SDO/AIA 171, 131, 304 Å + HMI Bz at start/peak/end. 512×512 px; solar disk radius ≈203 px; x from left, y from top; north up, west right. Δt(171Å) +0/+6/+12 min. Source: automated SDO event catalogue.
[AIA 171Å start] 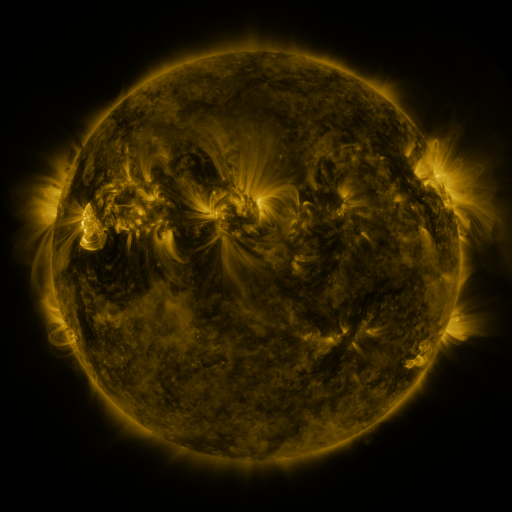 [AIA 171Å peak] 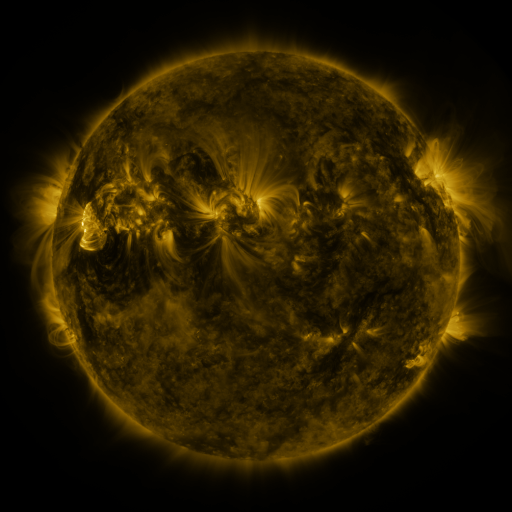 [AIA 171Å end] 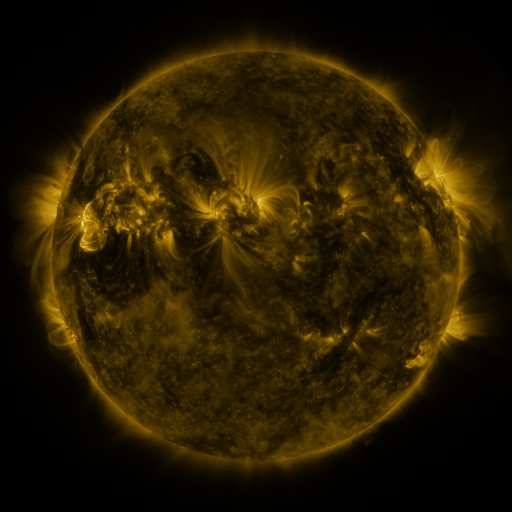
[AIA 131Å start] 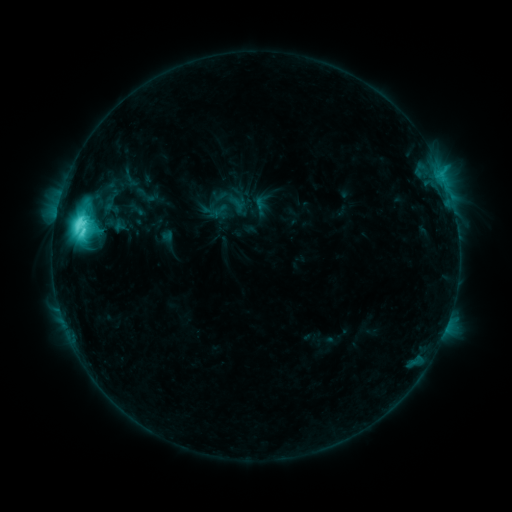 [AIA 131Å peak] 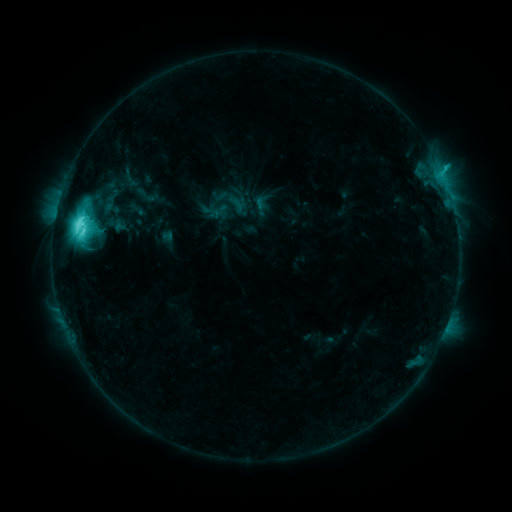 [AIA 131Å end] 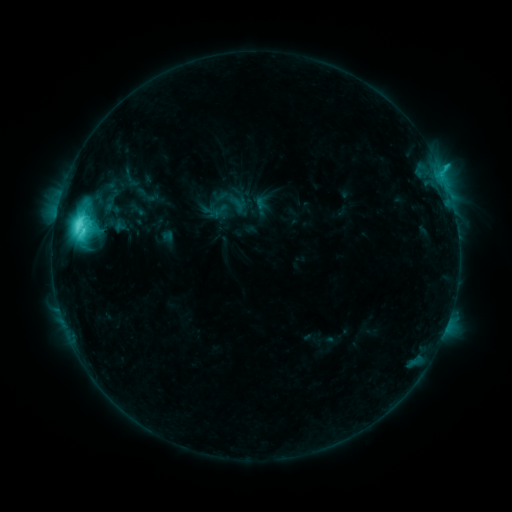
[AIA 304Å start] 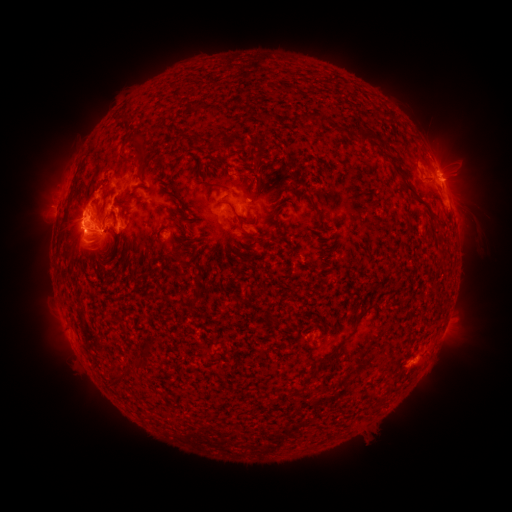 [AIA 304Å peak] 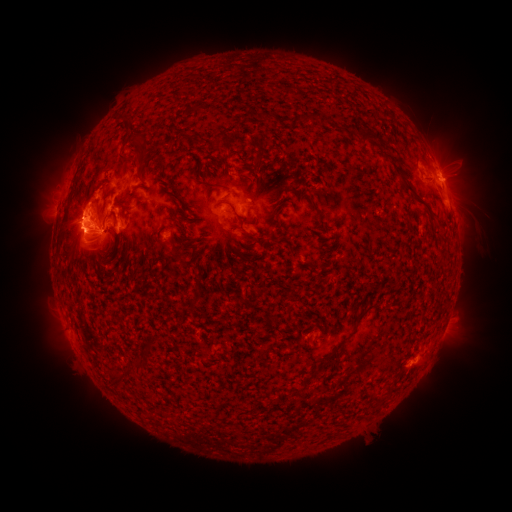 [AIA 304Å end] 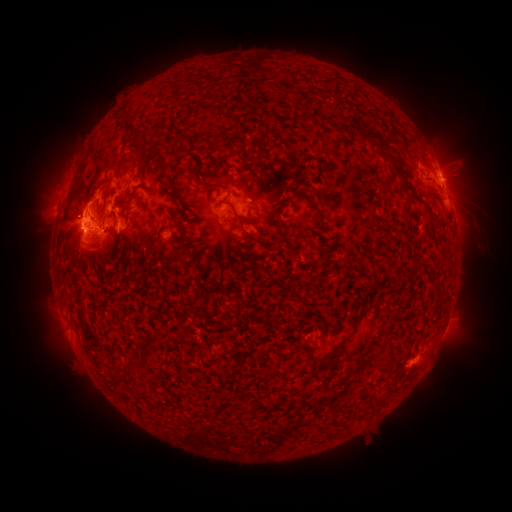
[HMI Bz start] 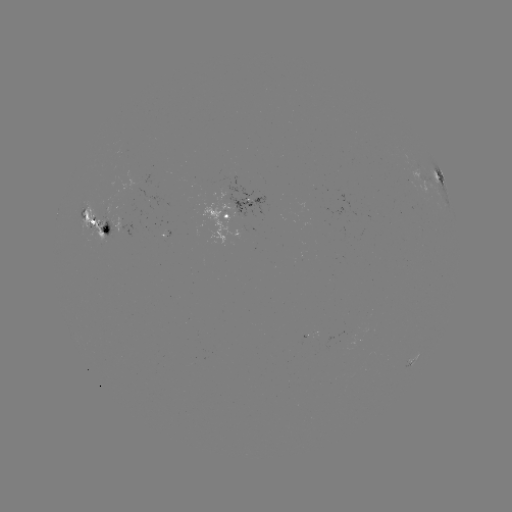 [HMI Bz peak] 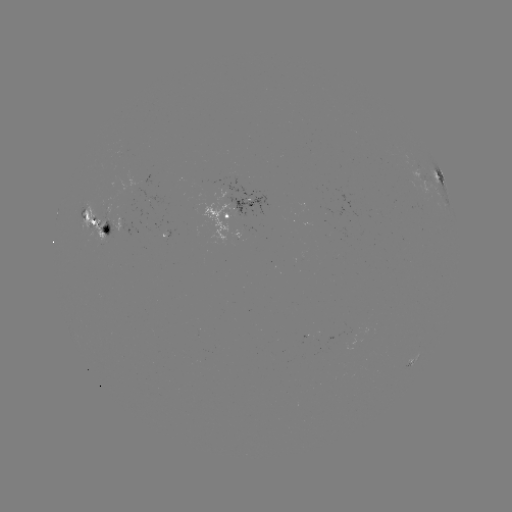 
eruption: [35, 197, 88, 251]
